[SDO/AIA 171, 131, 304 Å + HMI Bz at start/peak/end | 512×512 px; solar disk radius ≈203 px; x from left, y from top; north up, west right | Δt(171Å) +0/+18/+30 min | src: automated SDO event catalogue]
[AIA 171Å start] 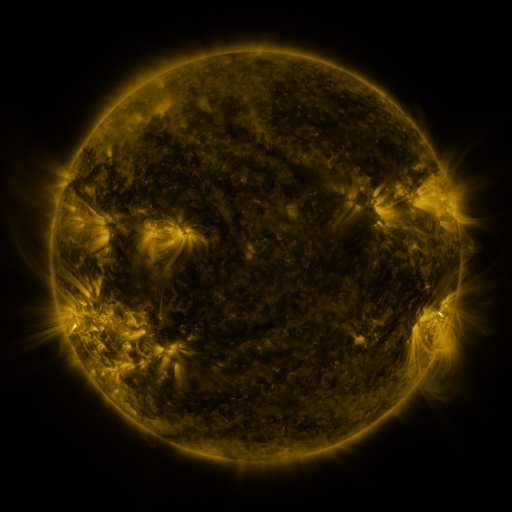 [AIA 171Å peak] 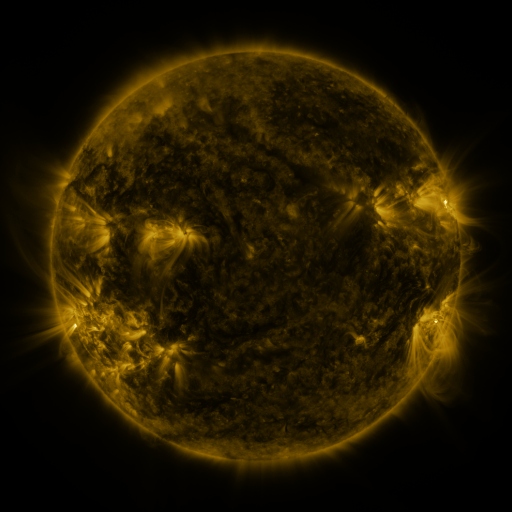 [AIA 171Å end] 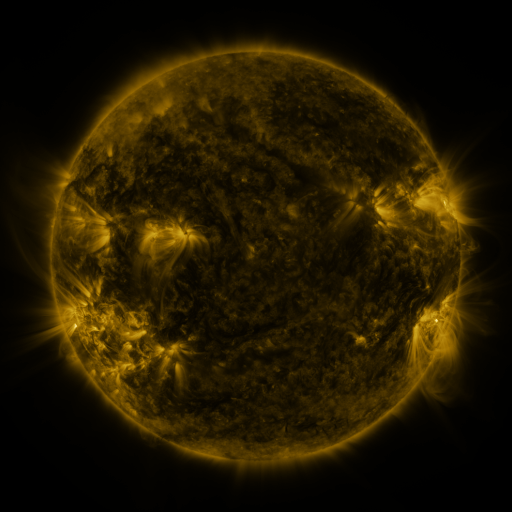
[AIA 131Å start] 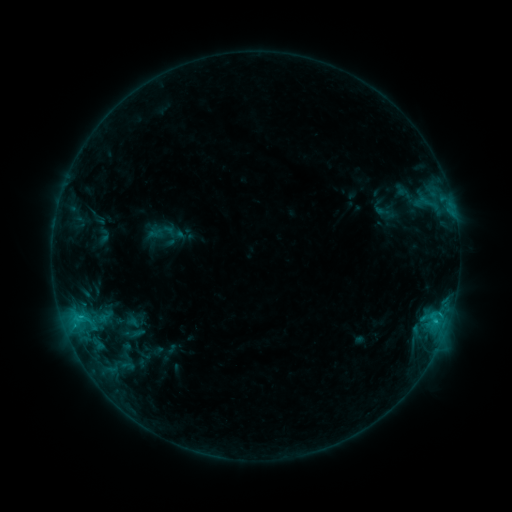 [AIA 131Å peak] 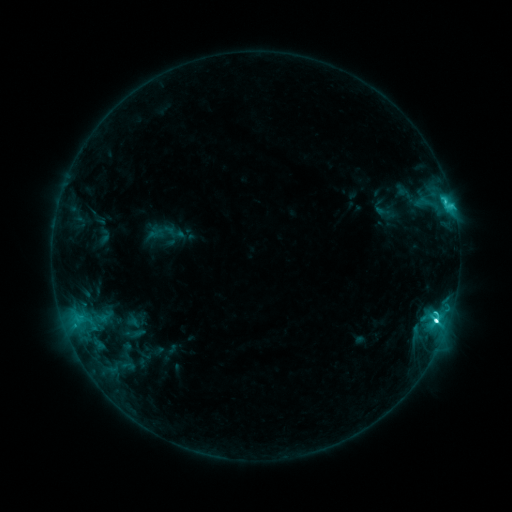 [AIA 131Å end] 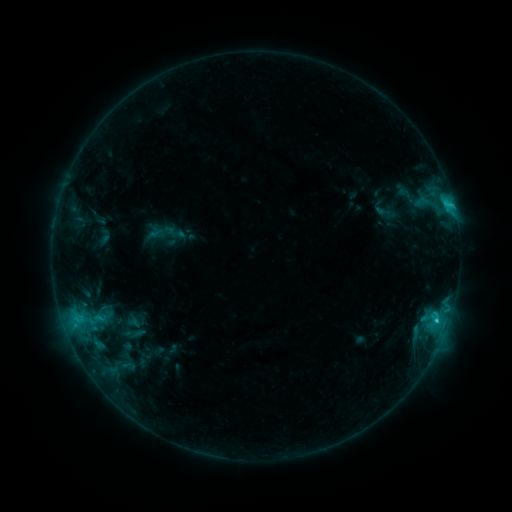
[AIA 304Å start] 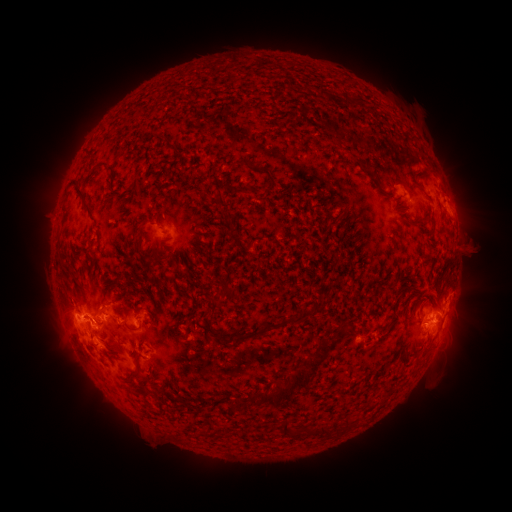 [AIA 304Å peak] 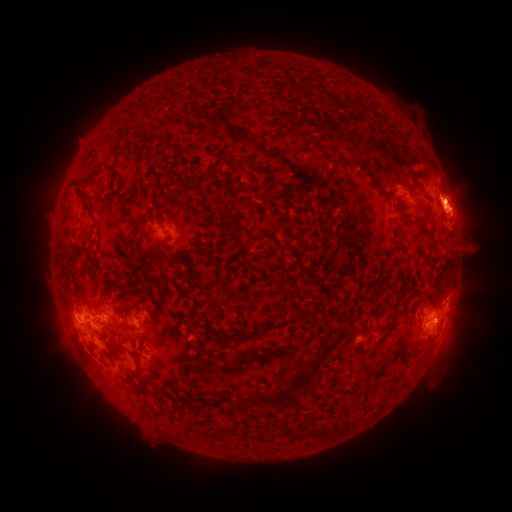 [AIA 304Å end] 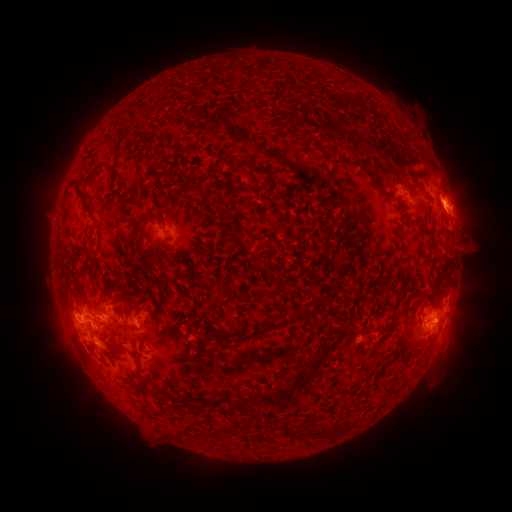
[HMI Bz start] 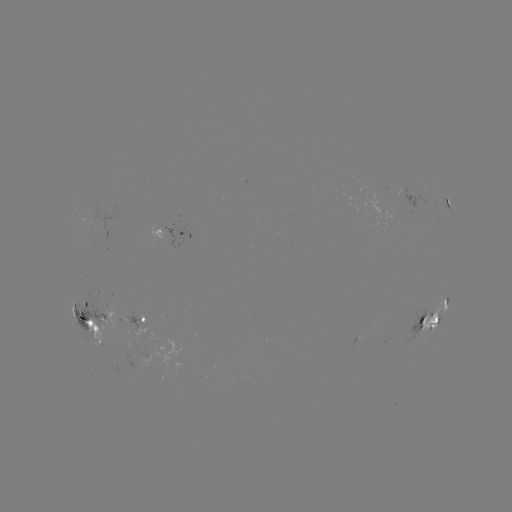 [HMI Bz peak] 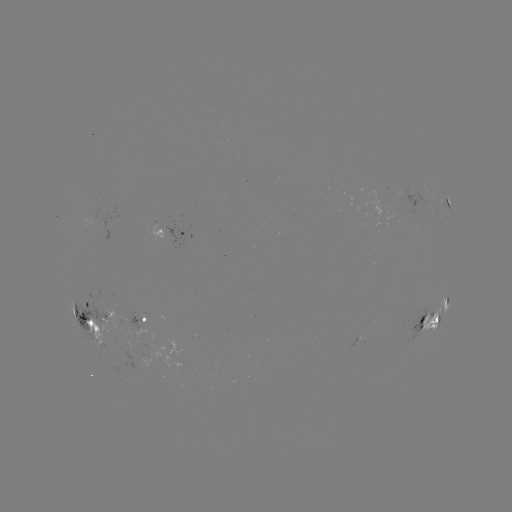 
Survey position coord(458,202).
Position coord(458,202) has eruption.